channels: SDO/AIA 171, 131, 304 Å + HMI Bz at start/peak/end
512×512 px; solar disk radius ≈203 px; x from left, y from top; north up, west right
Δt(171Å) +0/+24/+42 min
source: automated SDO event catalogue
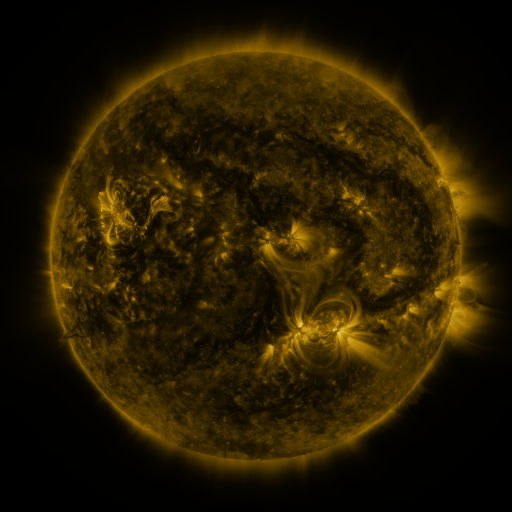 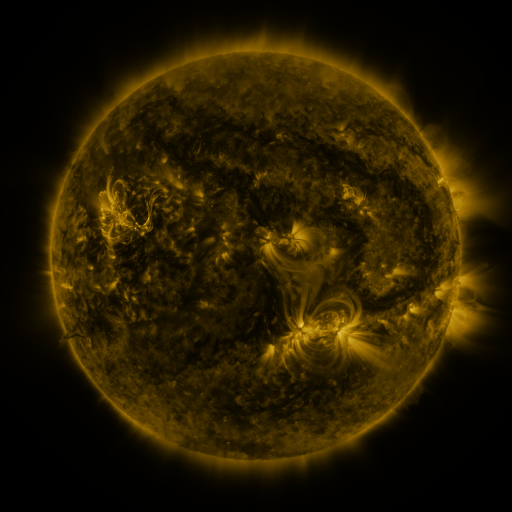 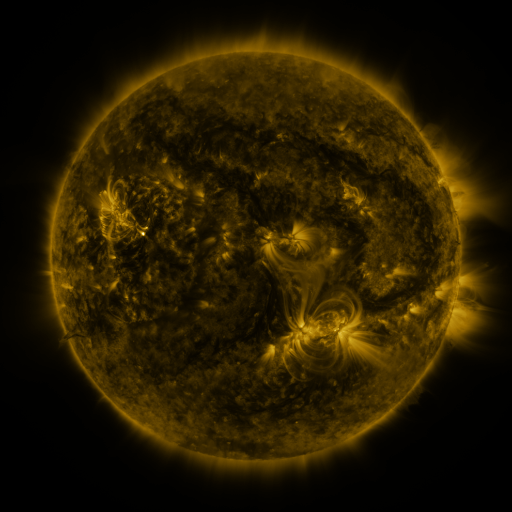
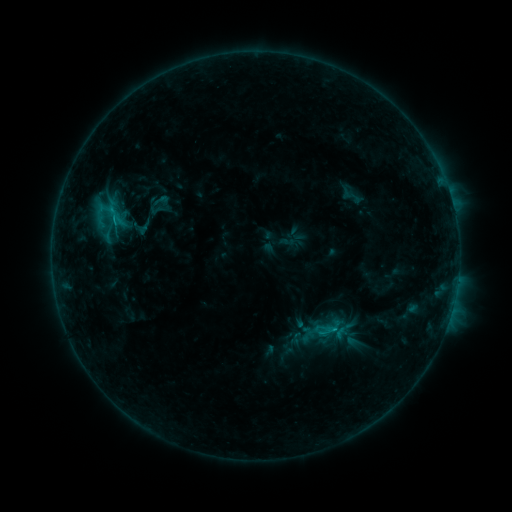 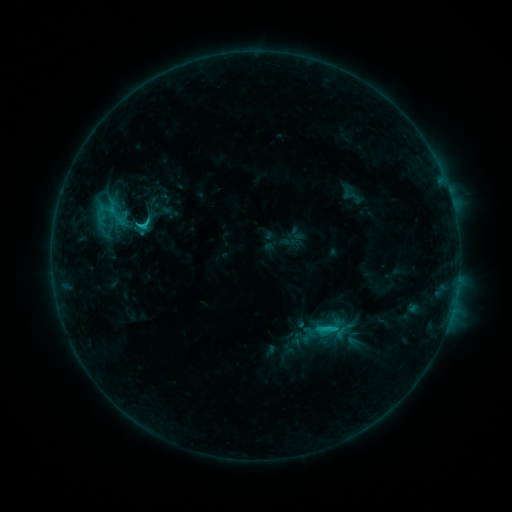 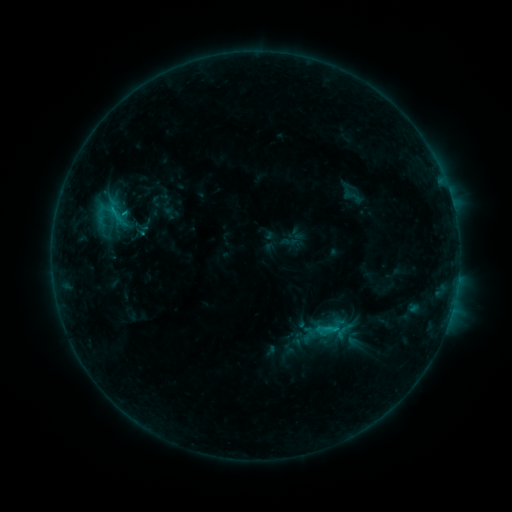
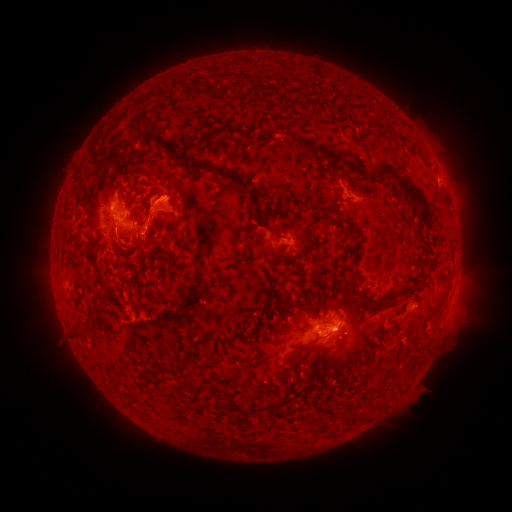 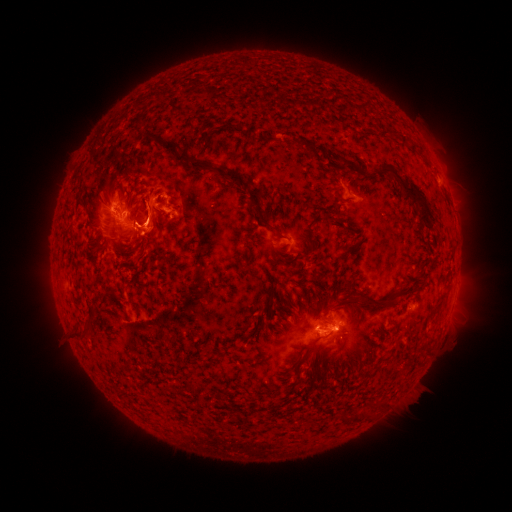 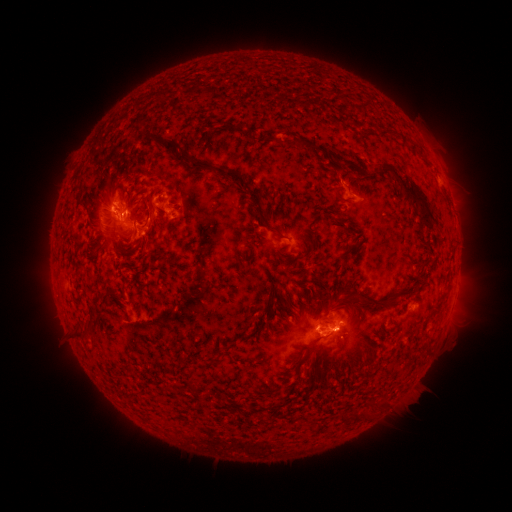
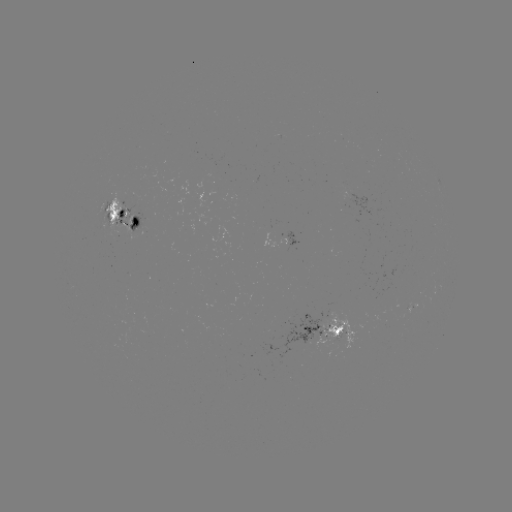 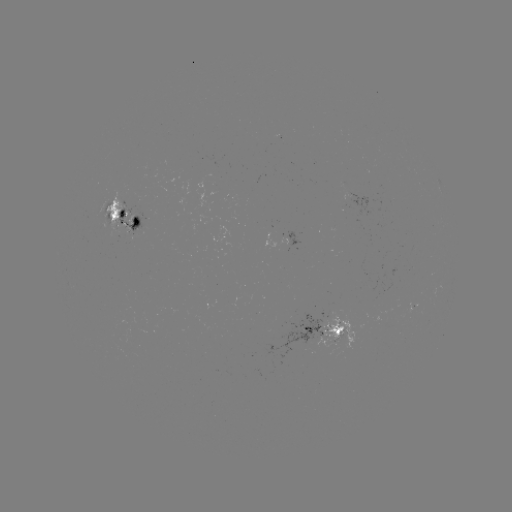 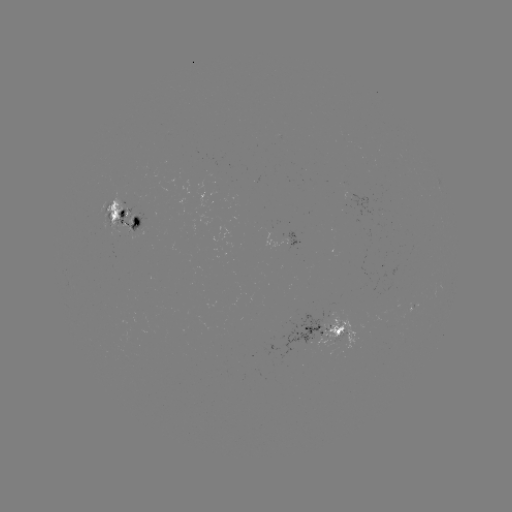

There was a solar flare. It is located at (143, 228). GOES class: C2.4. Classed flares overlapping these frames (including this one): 1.